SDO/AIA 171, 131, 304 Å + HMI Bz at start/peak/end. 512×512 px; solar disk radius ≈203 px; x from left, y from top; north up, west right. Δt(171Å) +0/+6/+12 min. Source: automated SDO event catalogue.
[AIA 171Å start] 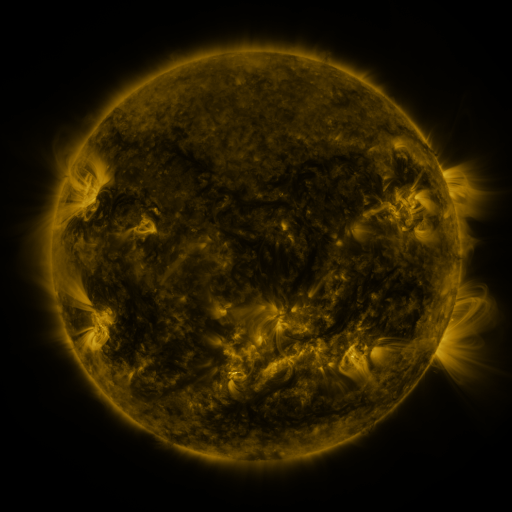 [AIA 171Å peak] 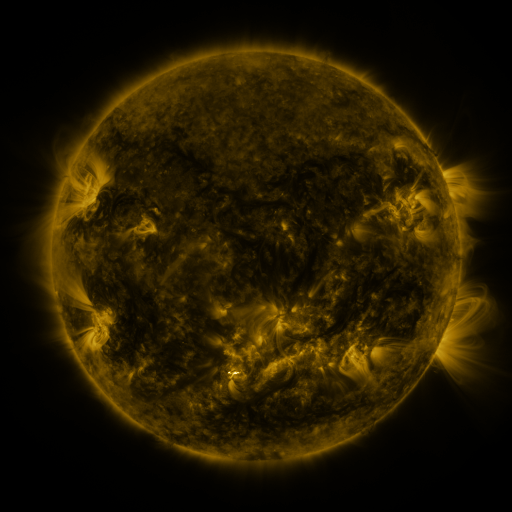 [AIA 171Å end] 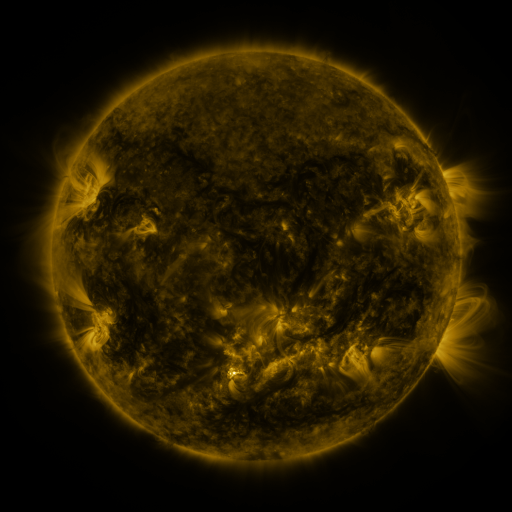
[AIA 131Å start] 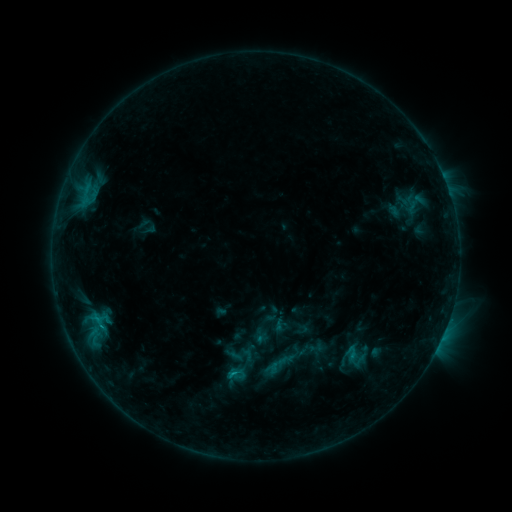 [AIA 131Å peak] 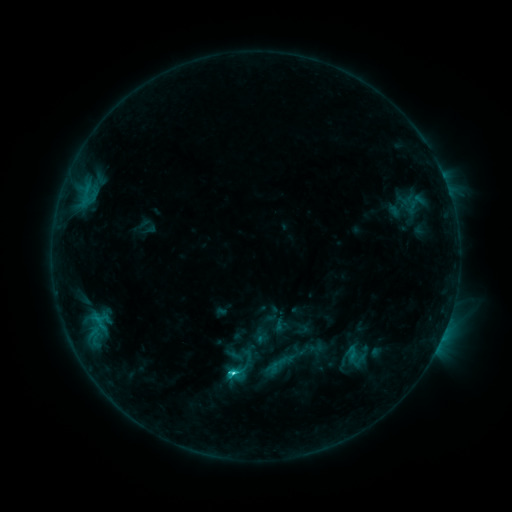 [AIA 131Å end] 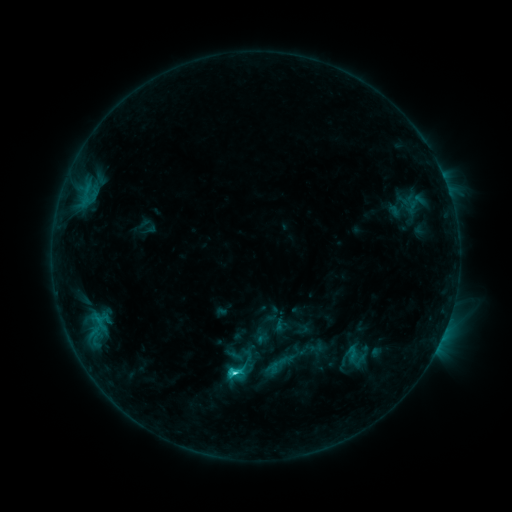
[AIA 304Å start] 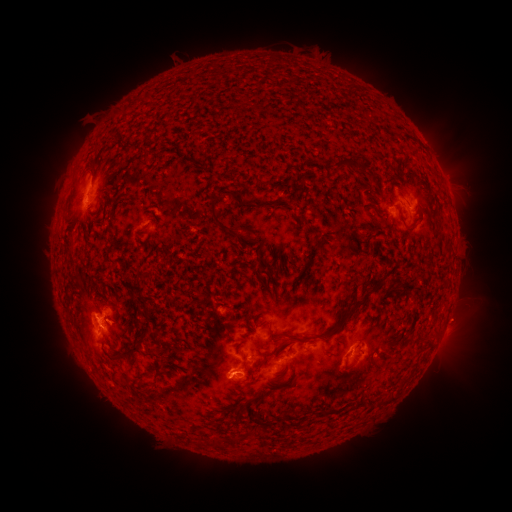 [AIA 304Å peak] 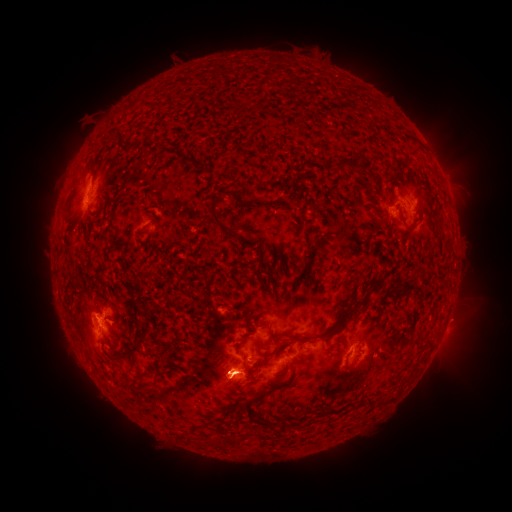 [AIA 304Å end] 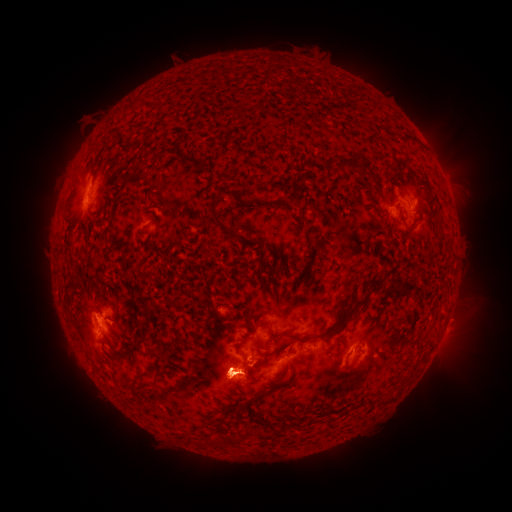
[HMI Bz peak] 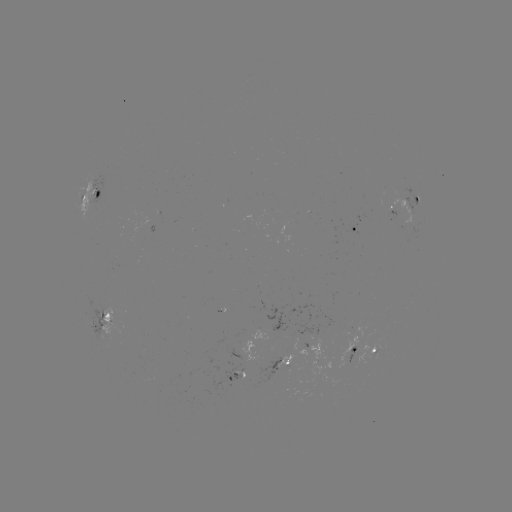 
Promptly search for eruption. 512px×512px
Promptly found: [228, 374].